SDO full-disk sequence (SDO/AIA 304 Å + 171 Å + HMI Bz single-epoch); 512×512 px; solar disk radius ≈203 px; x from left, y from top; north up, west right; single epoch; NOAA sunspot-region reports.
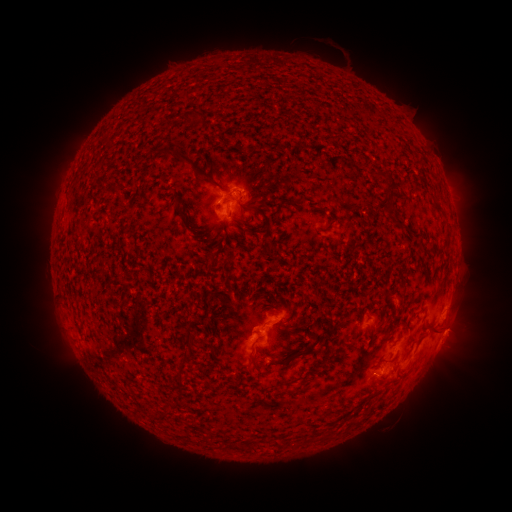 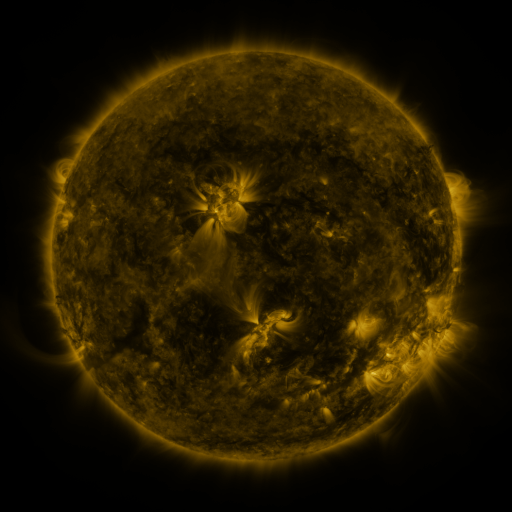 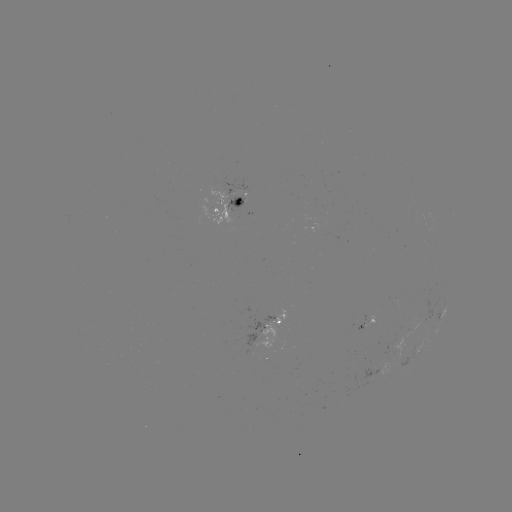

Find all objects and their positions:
spotted active region: (232, 208)
spotted active region: (366, 323)
spotted active region: (269, 324)
spotted active region: (444, 332)
spotted active region: (418, 351)
spotted active region: (379, 374)
